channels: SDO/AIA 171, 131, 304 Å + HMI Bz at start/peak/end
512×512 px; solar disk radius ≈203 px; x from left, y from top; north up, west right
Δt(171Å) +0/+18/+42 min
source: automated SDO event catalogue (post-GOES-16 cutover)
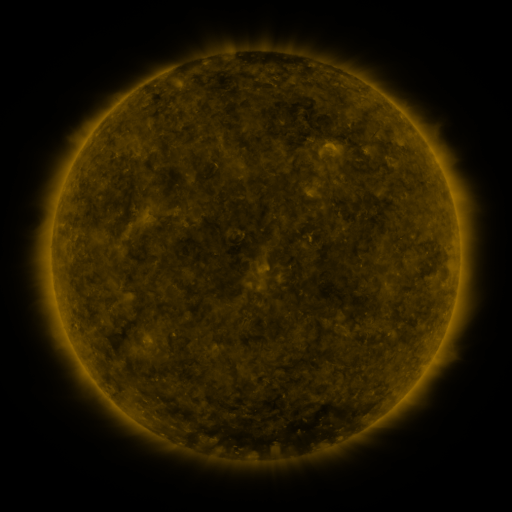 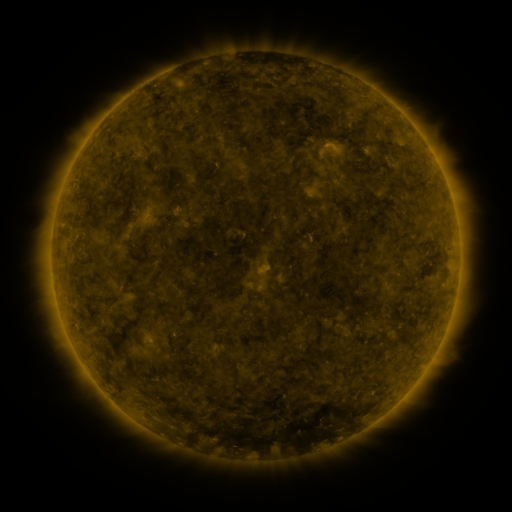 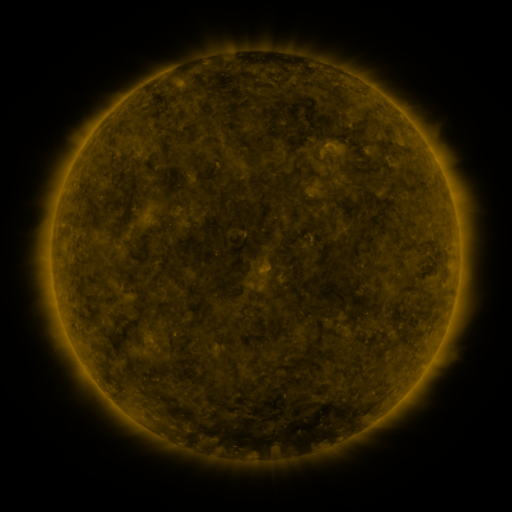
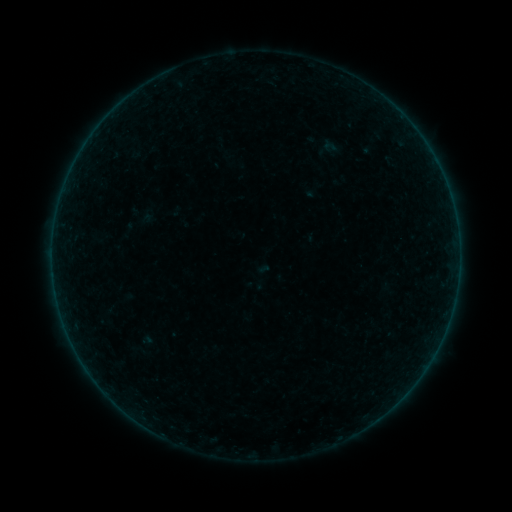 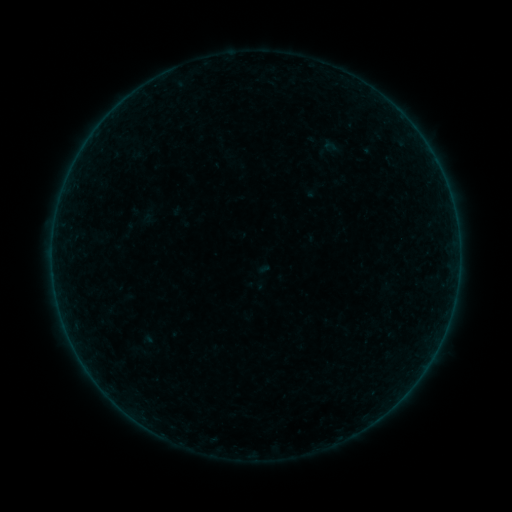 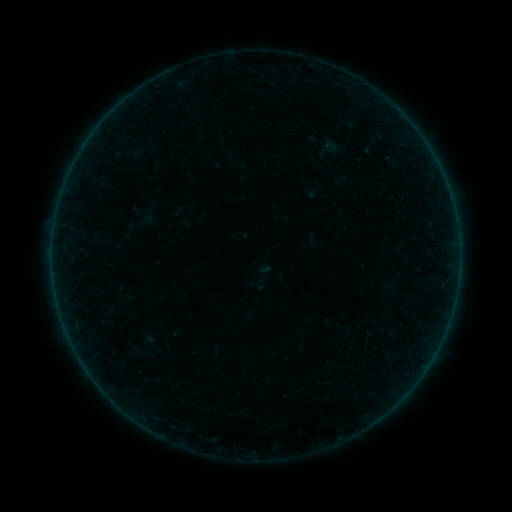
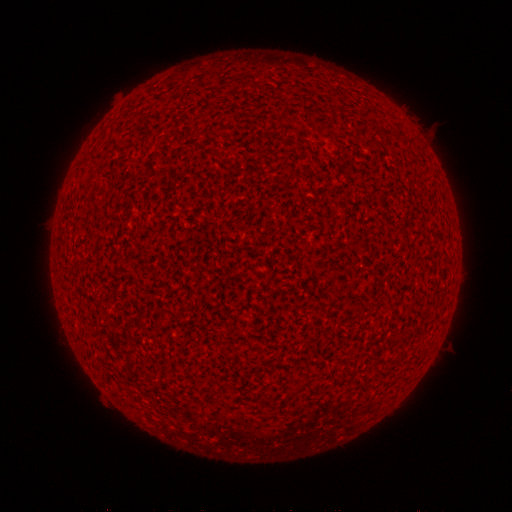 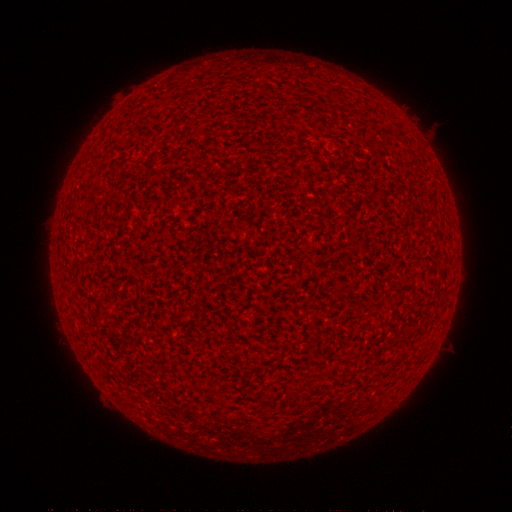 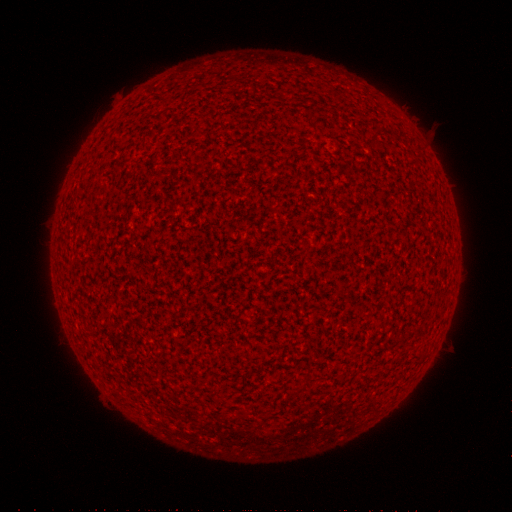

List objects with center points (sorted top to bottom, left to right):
A3.1 flare: (263, 266)
